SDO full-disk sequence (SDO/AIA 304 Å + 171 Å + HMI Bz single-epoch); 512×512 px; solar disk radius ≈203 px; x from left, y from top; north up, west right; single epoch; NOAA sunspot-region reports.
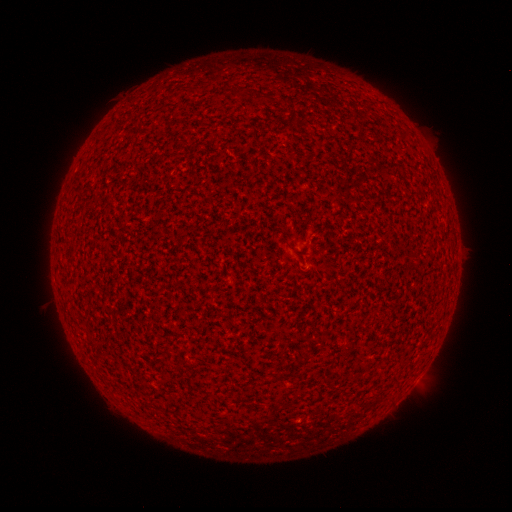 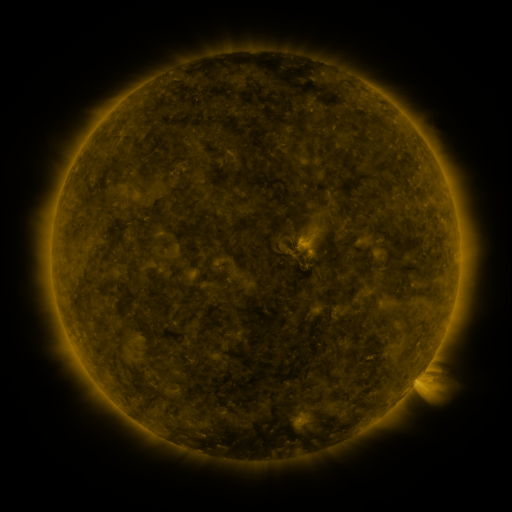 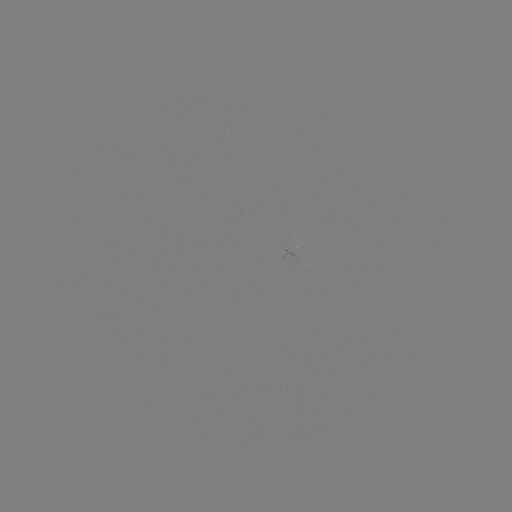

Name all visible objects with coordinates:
(none)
